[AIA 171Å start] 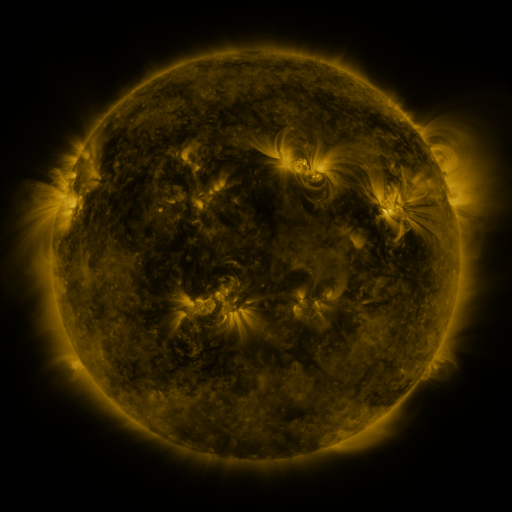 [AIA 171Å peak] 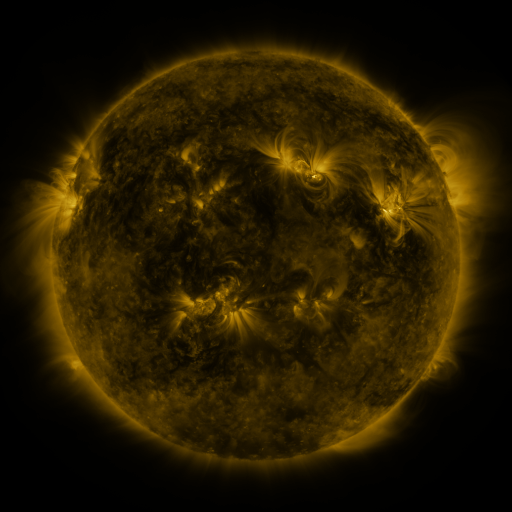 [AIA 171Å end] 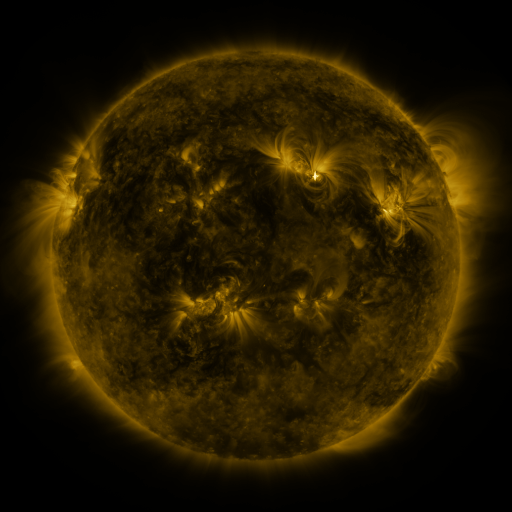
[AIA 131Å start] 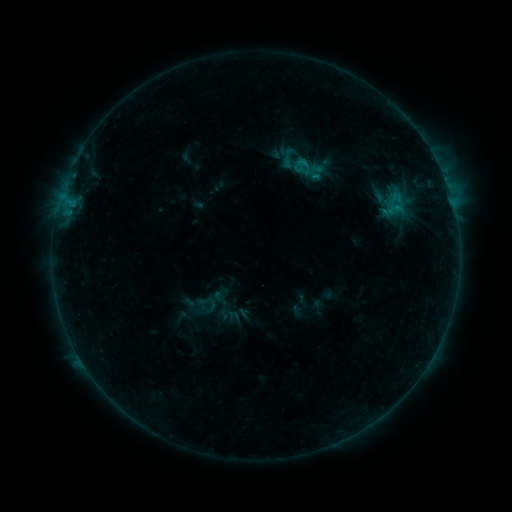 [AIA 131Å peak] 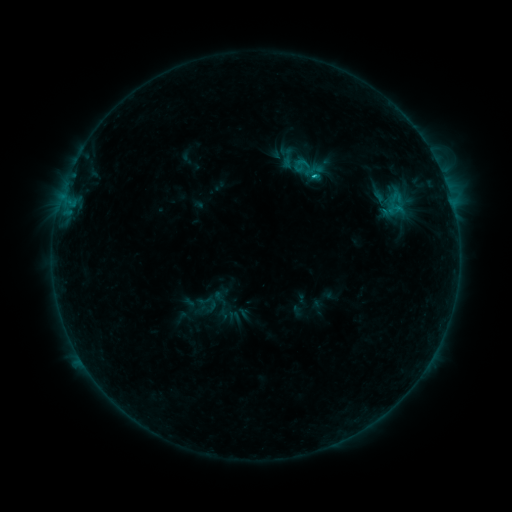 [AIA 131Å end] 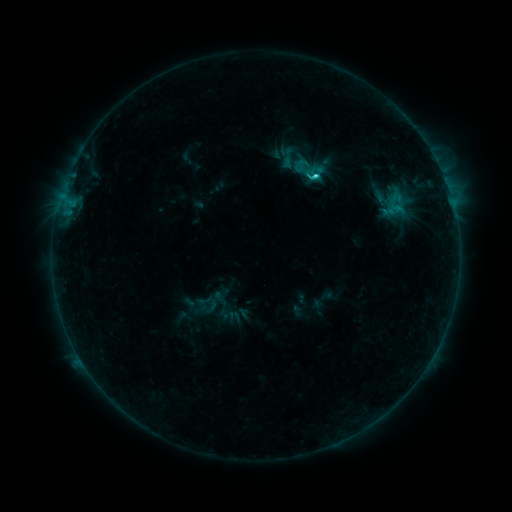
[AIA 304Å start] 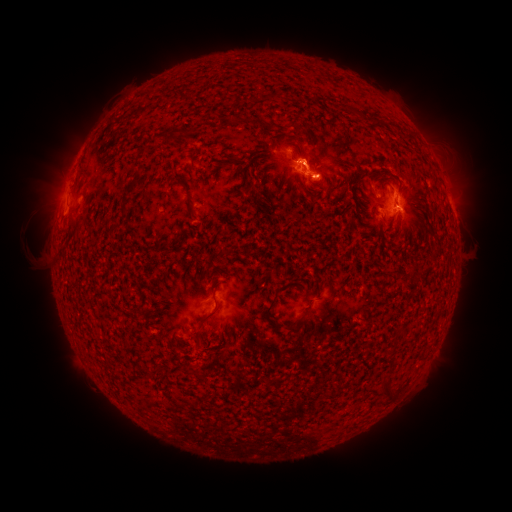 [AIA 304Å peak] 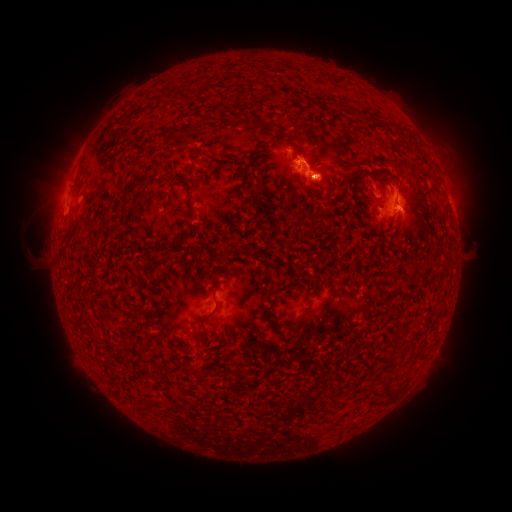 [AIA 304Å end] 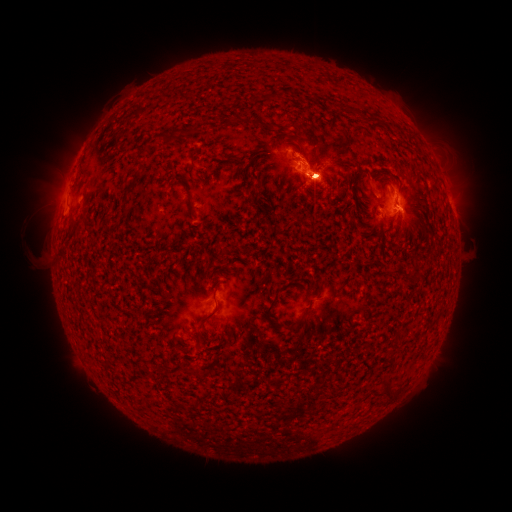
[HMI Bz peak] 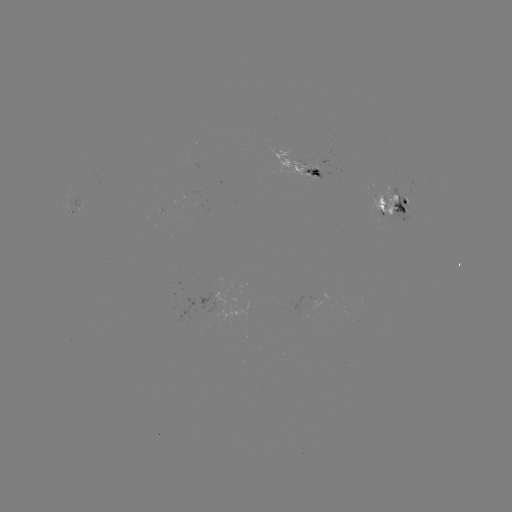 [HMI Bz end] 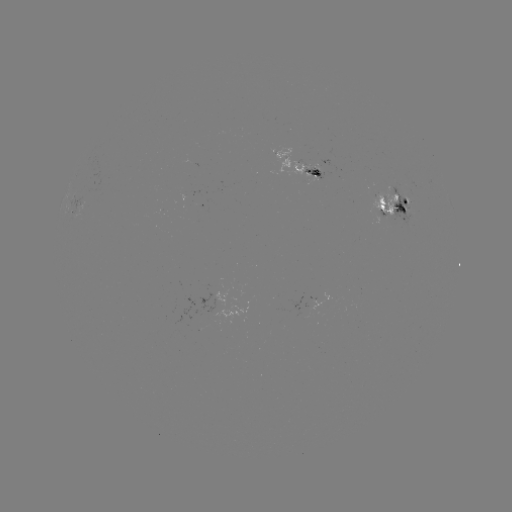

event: flare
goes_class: C2.2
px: (313, 179)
